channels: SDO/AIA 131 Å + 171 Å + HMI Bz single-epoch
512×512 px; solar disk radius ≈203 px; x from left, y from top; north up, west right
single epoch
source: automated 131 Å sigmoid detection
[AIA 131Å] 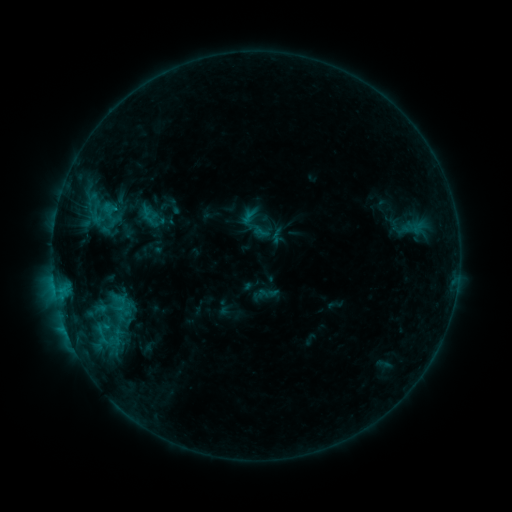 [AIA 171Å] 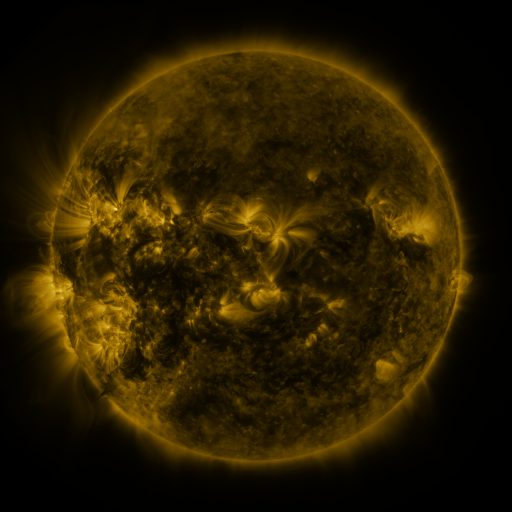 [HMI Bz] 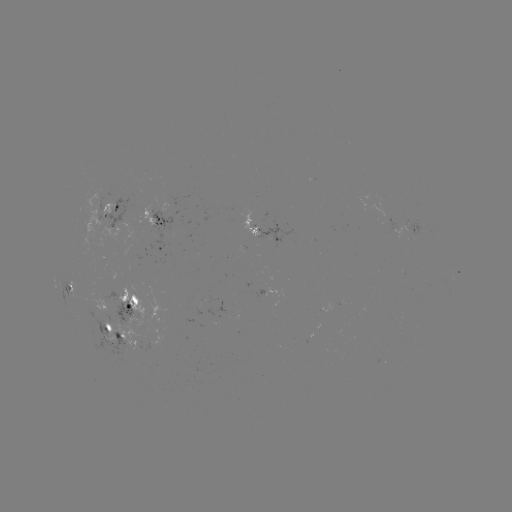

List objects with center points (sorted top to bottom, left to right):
sigmoid: (149, 217)
